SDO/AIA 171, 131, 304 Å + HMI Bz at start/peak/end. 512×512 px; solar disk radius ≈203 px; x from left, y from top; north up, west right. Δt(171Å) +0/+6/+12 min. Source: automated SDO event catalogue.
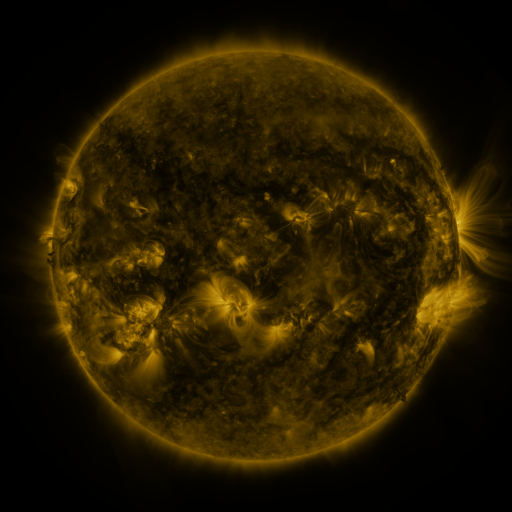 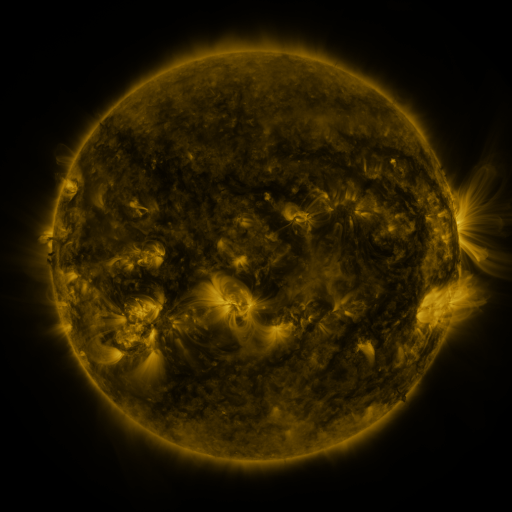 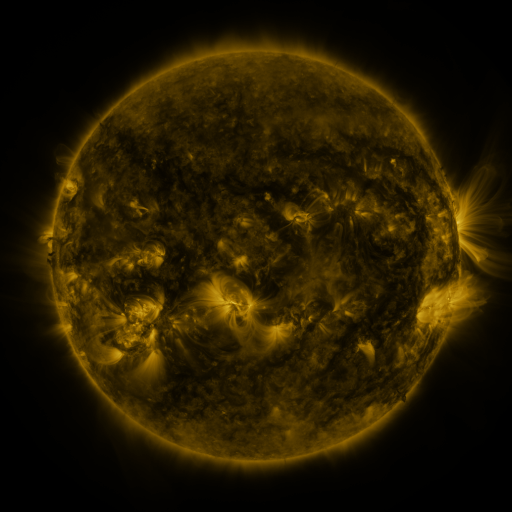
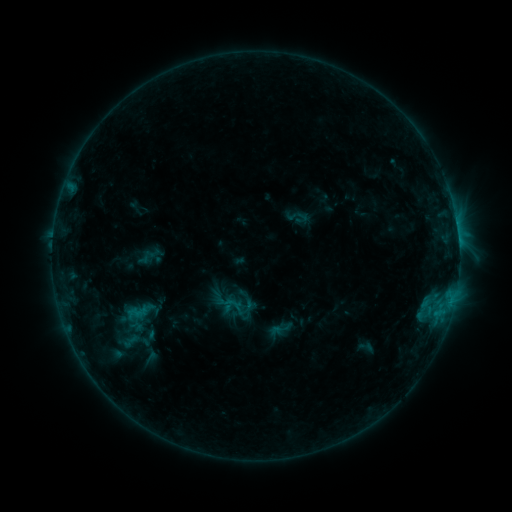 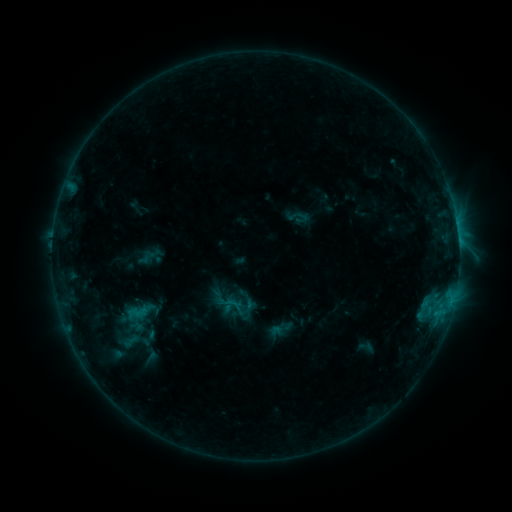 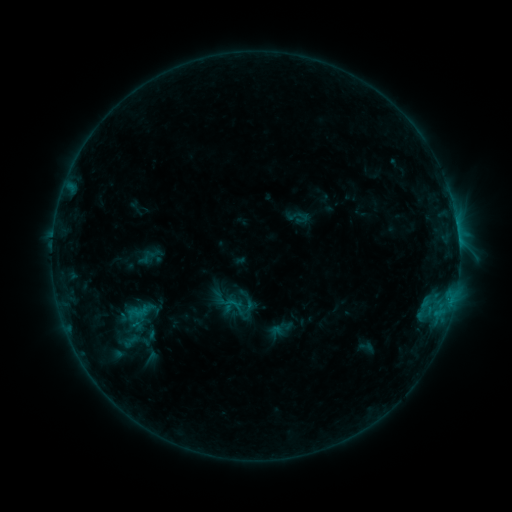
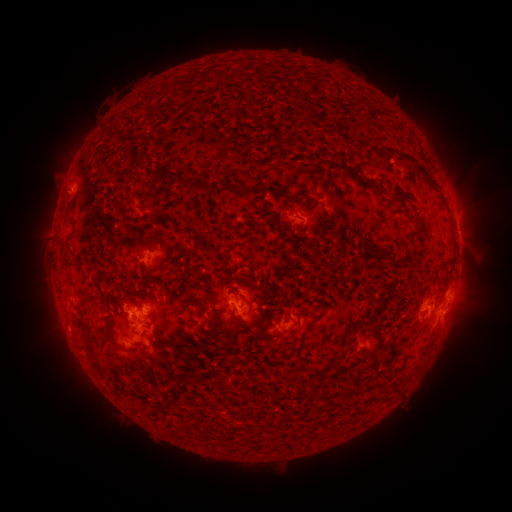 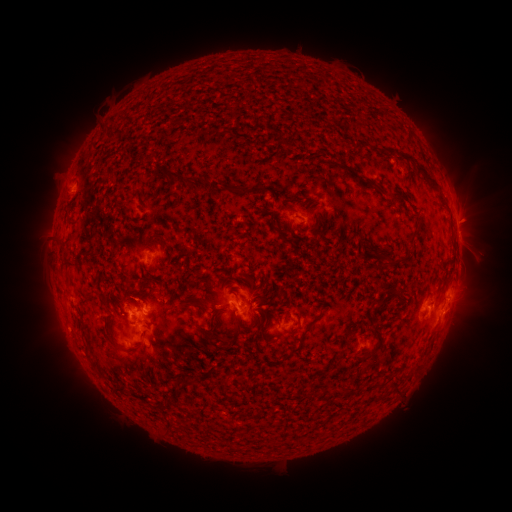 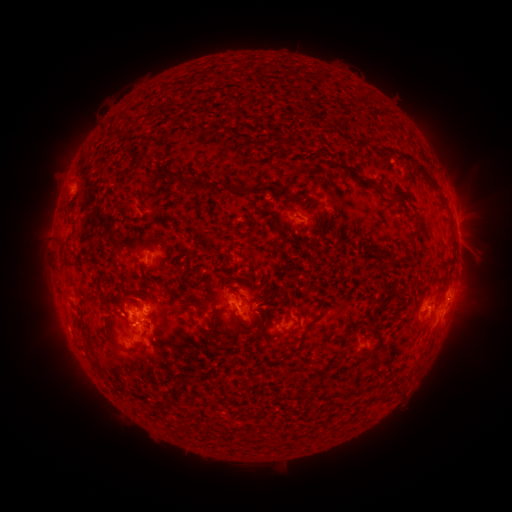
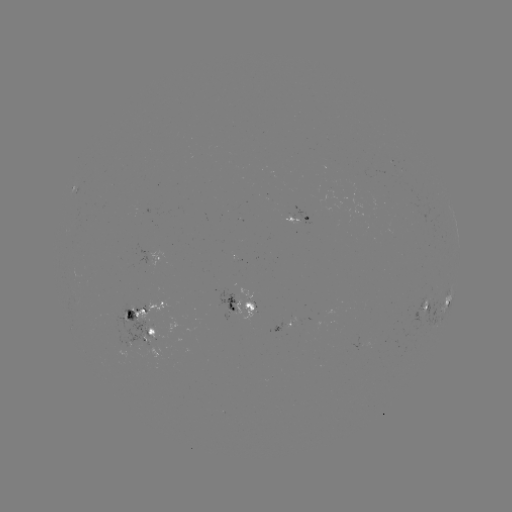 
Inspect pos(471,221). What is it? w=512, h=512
eruption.